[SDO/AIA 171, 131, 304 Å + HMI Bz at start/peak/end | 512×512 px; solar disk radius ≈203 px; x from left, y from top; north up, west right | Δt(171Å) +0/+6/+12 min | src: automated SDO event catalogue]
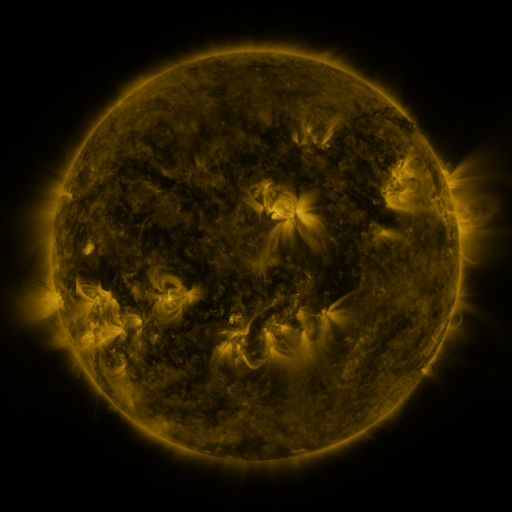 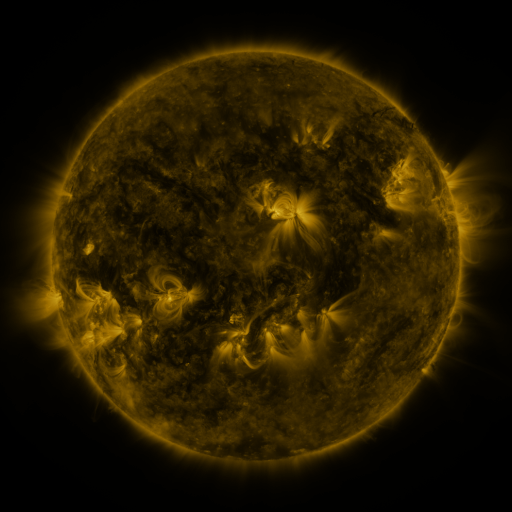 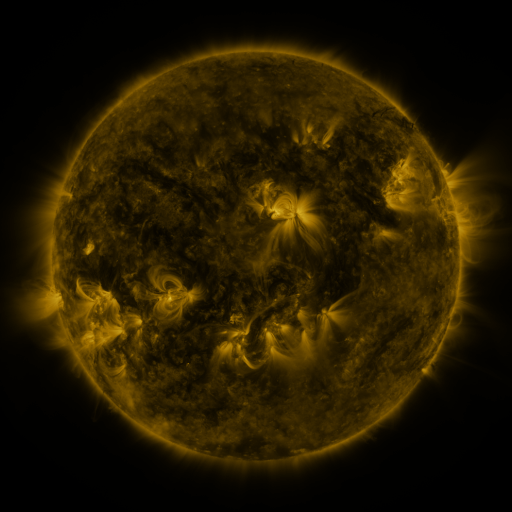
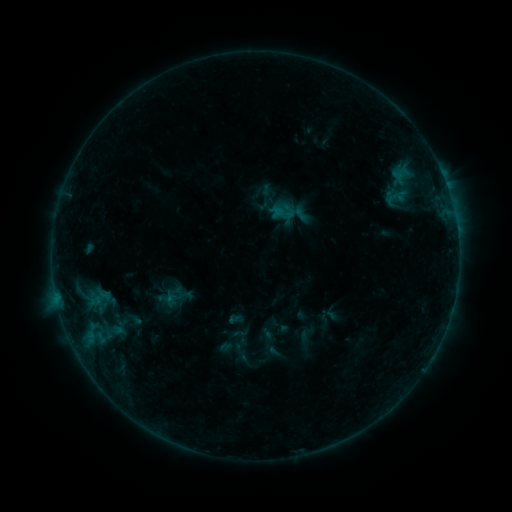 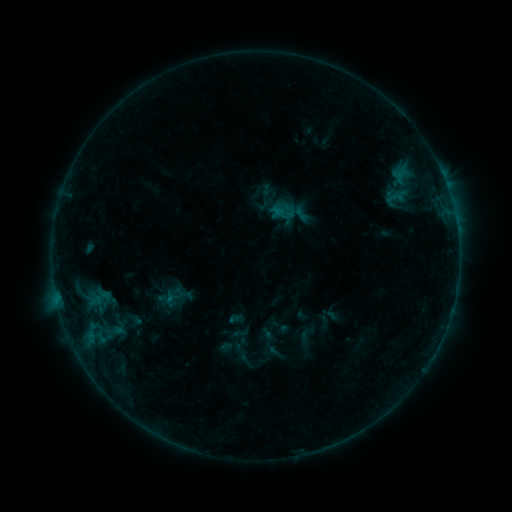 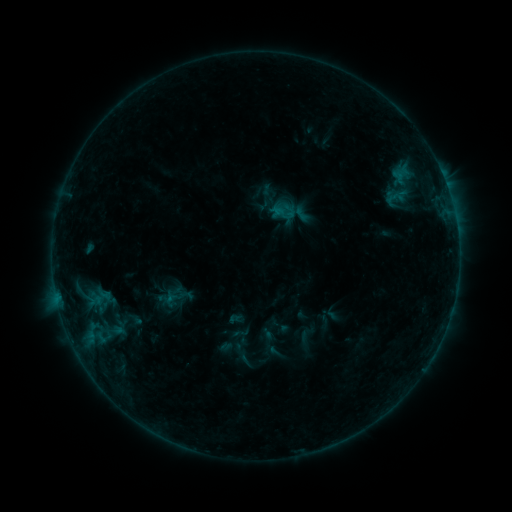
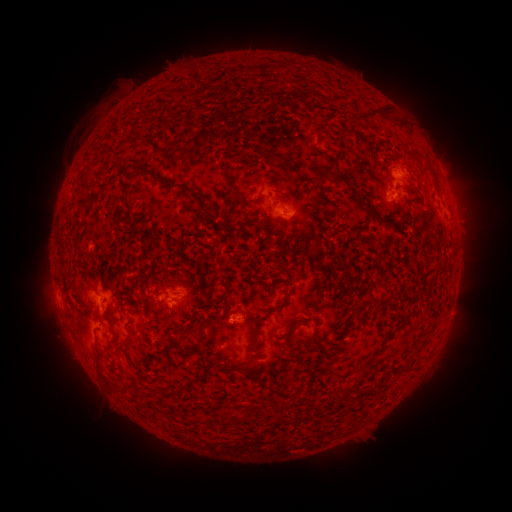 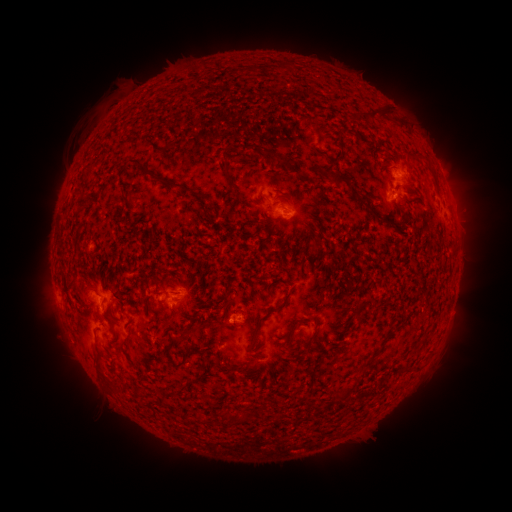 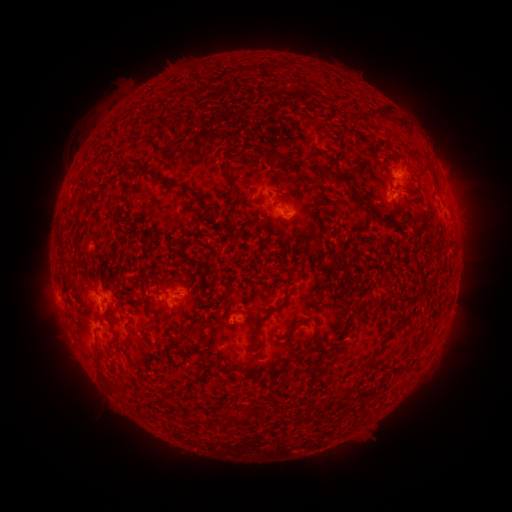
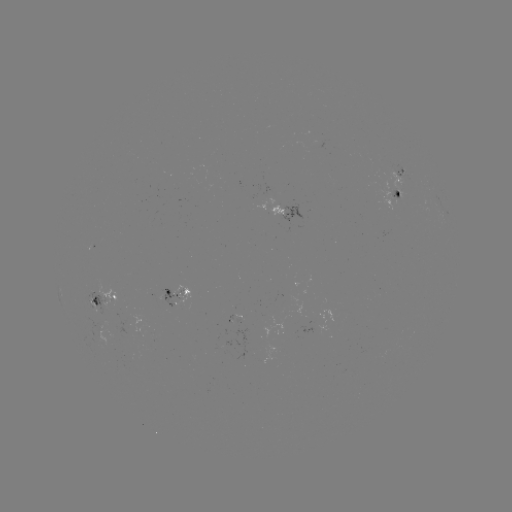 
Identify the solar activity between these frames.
no catalogued flare and no flagged EUV brightening in this window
